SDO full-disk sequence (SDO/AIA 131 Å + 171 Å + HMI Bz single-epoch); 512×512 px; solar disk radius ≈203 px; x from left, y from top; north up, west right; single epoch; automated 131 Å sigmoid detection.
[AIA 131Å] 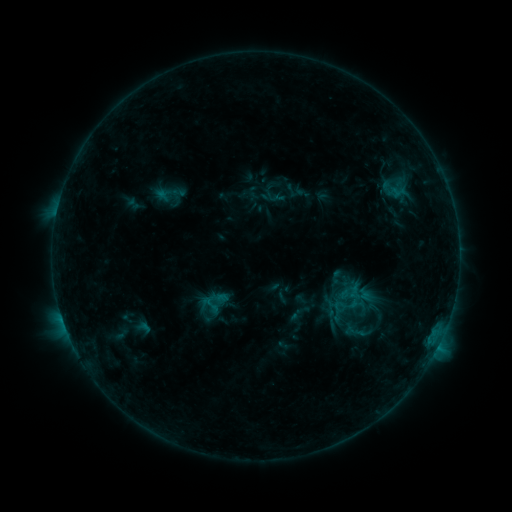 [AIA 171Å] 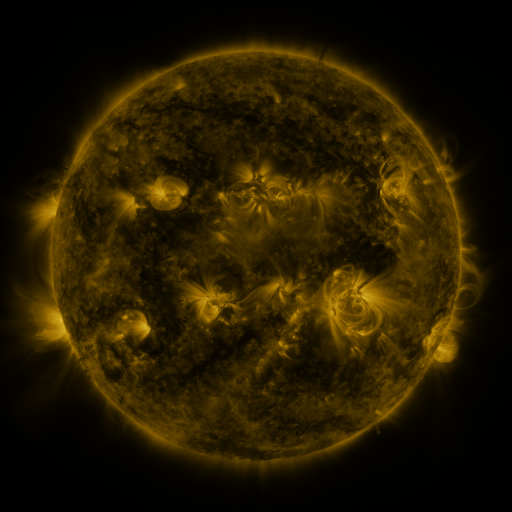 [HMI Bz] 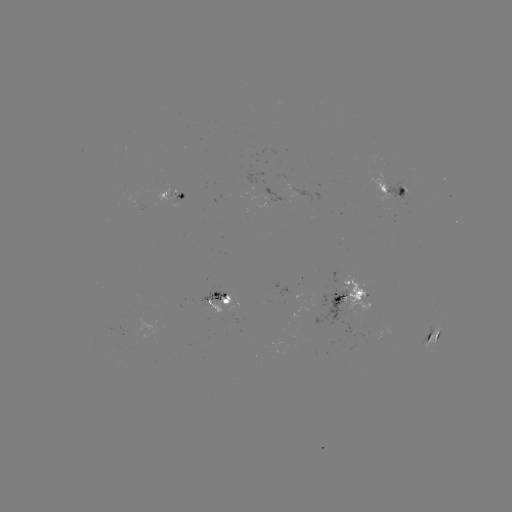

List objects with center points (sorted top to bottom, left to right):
sigmoid: (170, 193)
